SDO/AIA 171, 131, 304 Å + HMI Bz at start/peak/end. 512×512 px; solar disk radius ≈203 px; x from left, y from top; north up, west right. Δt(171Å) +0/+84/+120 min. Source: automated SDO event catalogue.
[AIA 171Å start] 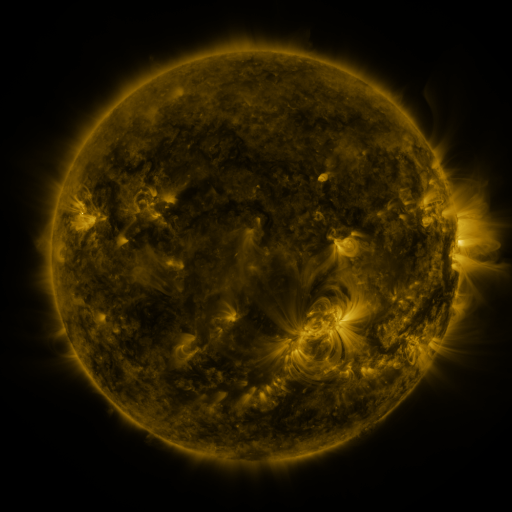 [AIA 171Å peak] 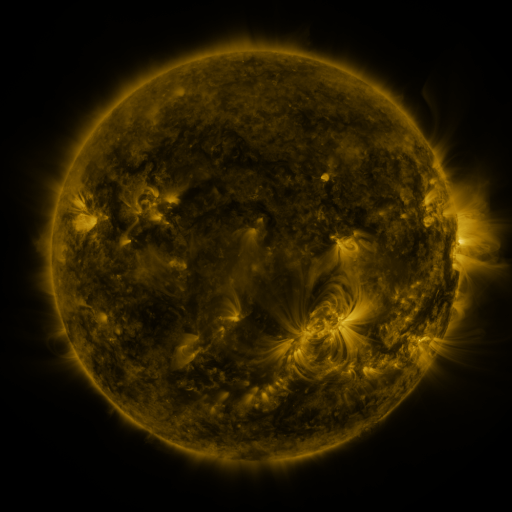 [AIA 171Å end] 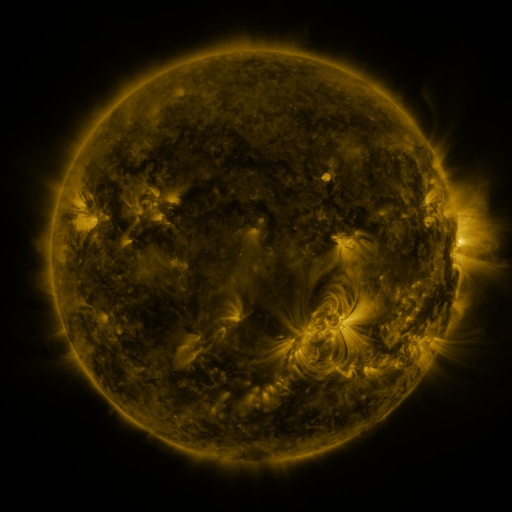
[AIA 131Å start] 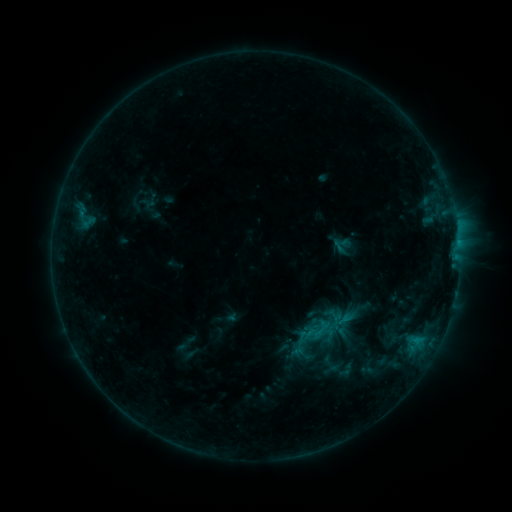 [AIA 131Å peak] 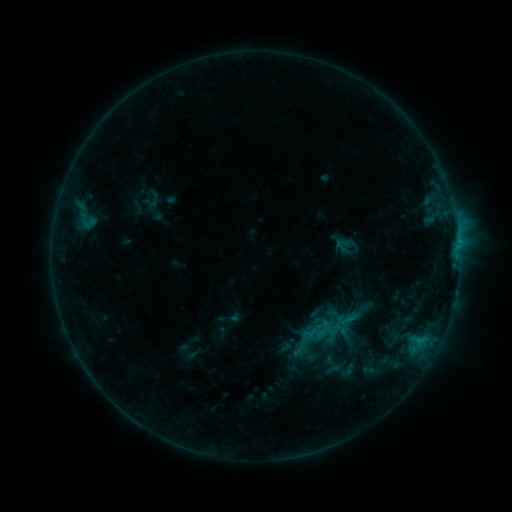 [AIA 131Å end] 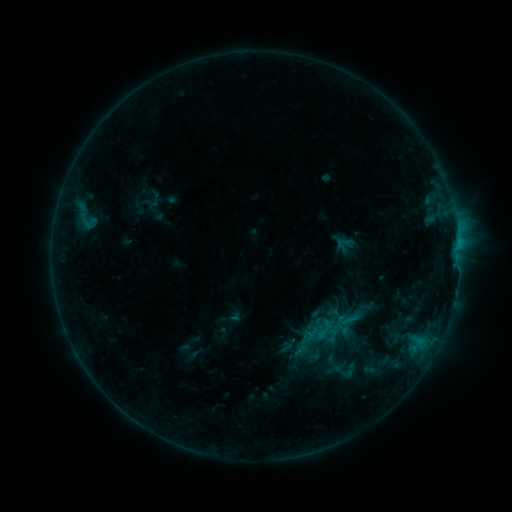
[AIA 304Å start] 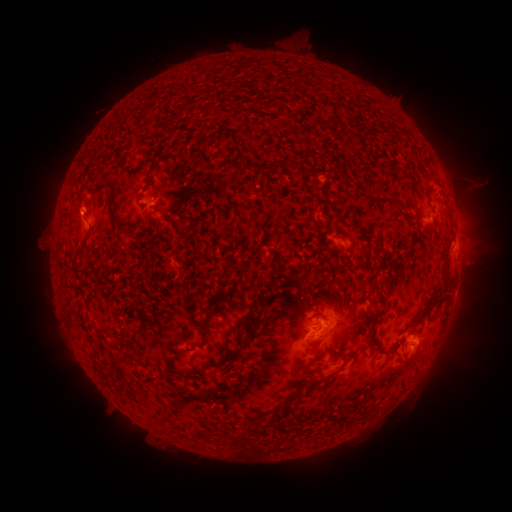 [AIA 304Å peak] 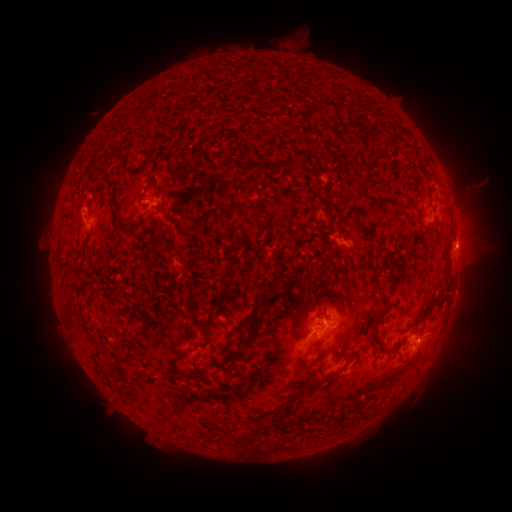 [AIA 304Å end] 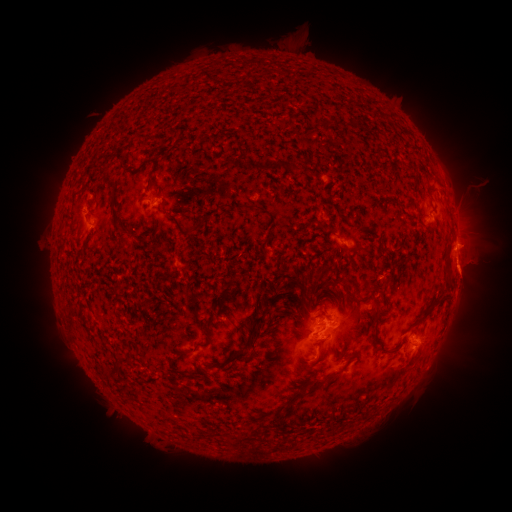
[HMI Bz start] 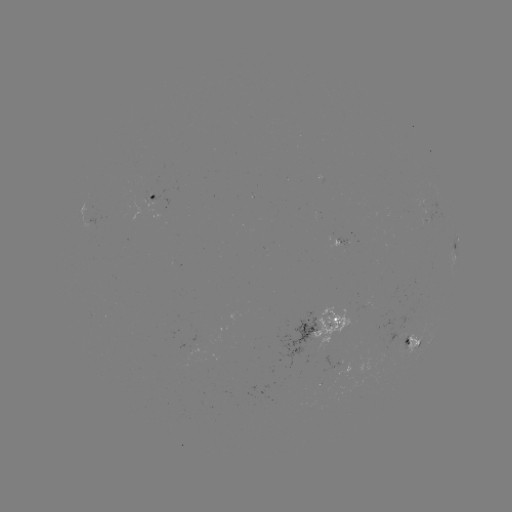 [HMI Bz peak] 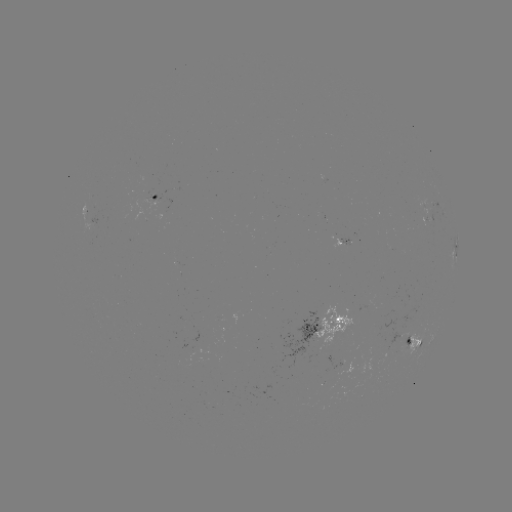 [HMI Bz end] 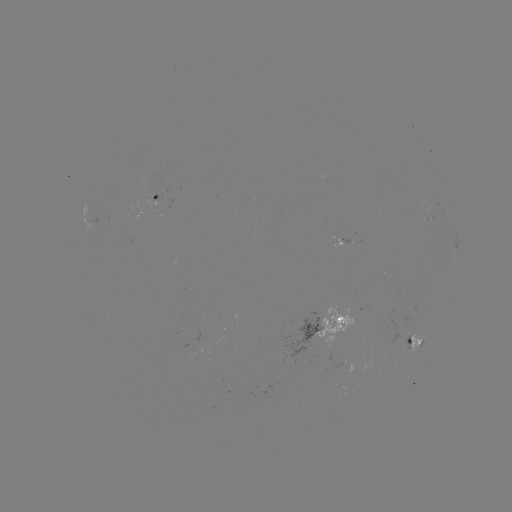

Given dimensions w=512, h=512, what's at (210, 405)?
emerging-flux region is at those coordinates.